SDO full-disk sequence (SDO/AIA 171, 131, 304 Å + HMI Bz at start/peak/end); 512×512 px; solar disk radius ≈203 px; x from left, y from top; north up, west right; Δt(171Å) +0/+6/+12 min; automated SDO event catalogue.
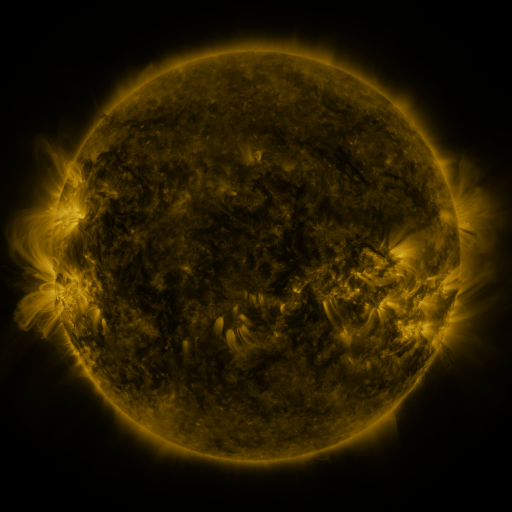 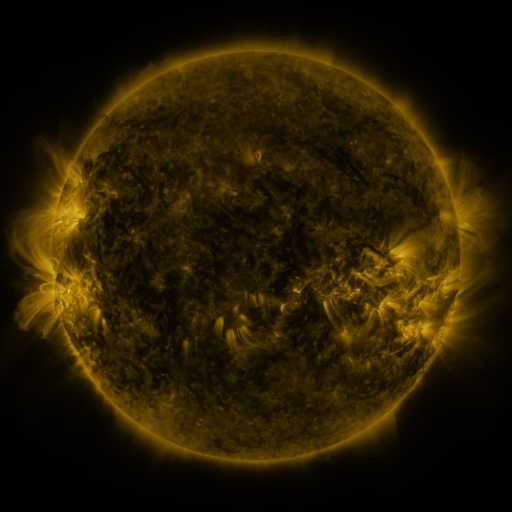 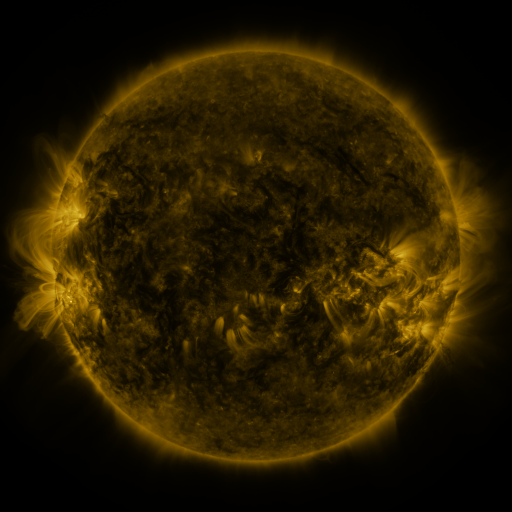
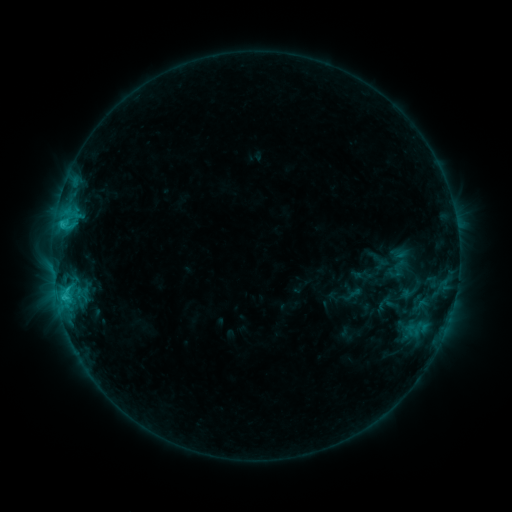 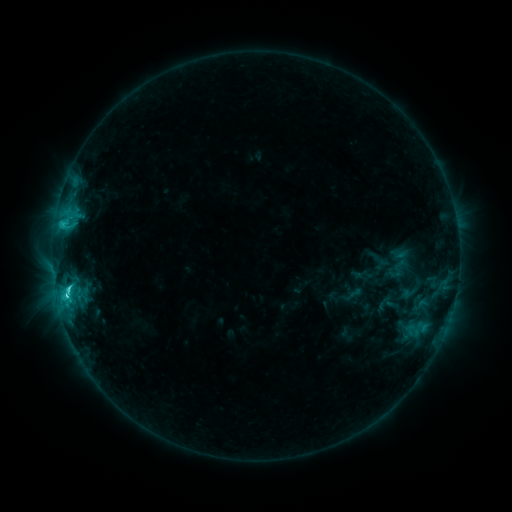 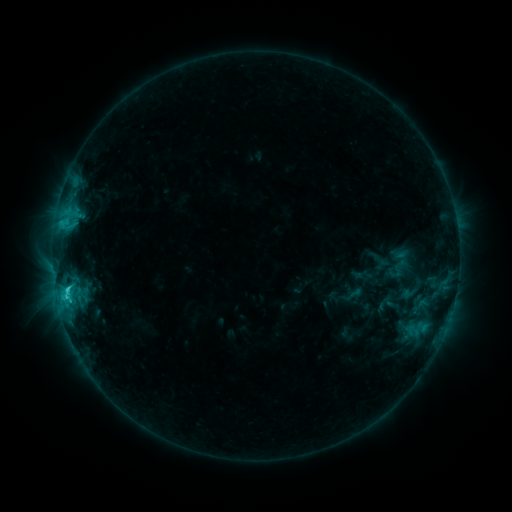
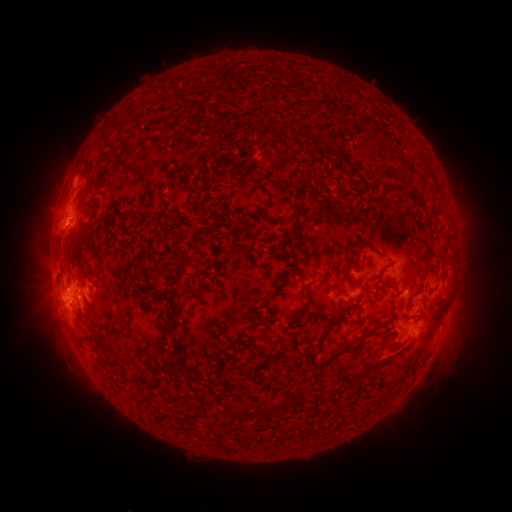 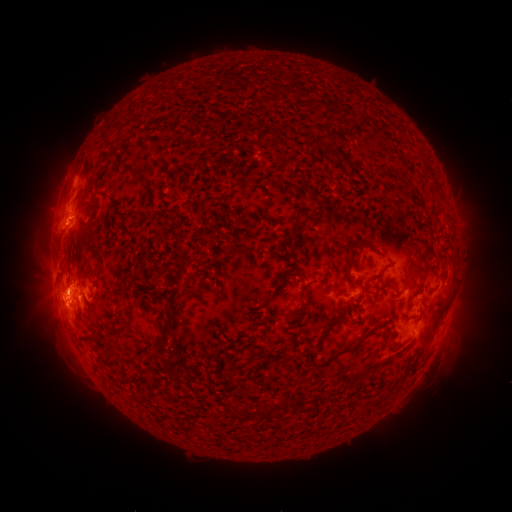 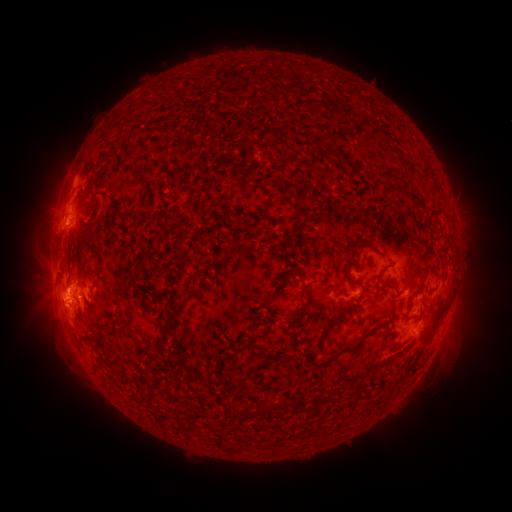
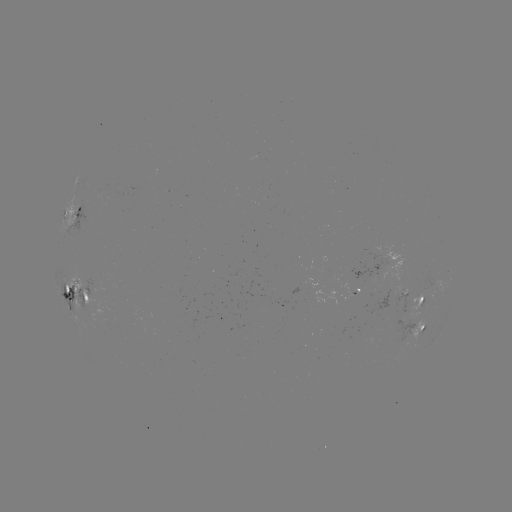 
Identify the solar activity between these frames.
C4.2 flare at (67, 295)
